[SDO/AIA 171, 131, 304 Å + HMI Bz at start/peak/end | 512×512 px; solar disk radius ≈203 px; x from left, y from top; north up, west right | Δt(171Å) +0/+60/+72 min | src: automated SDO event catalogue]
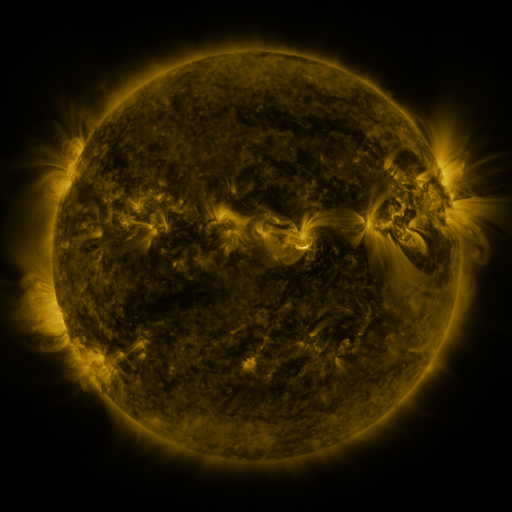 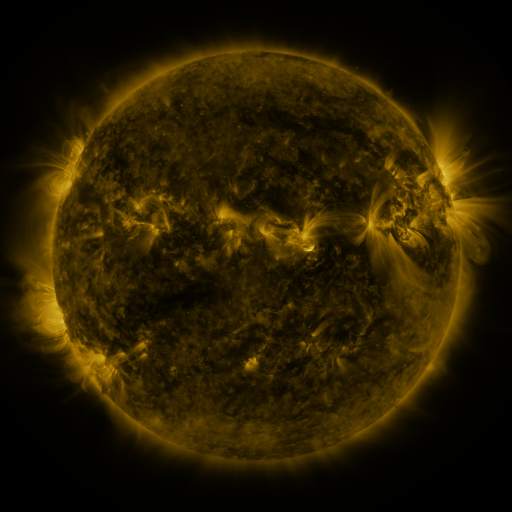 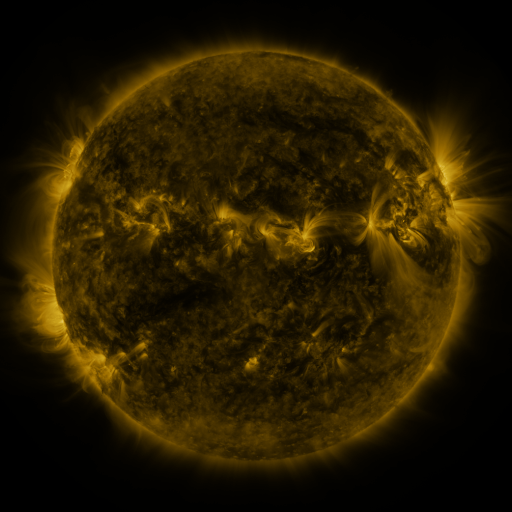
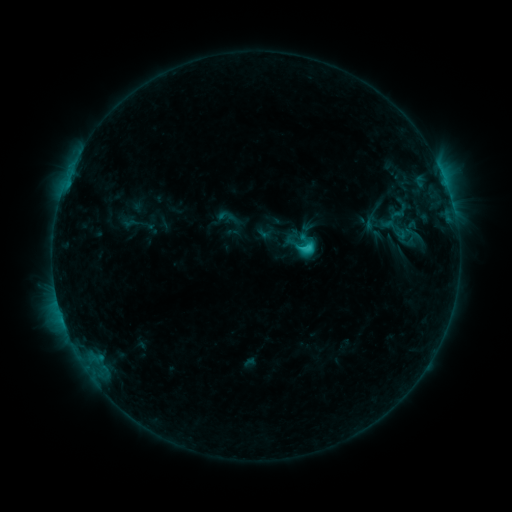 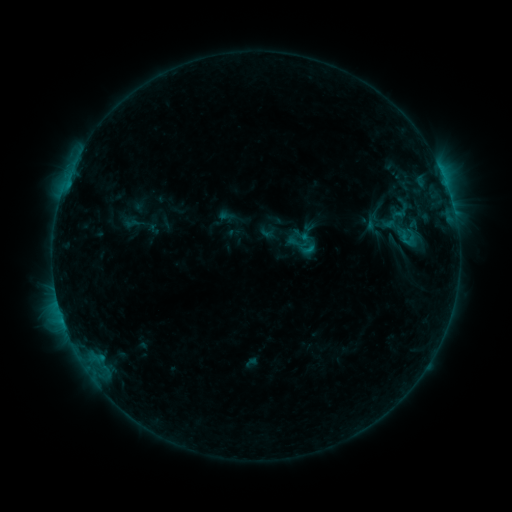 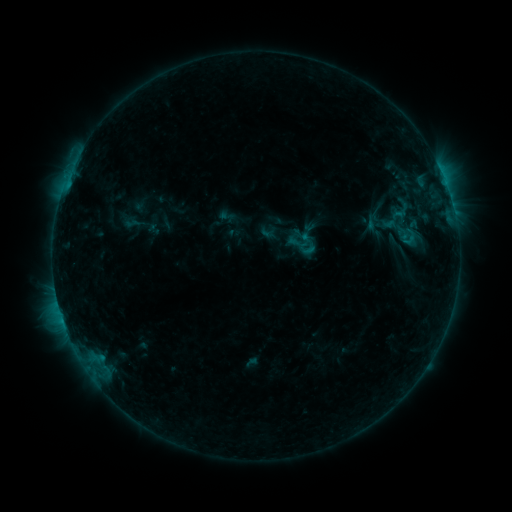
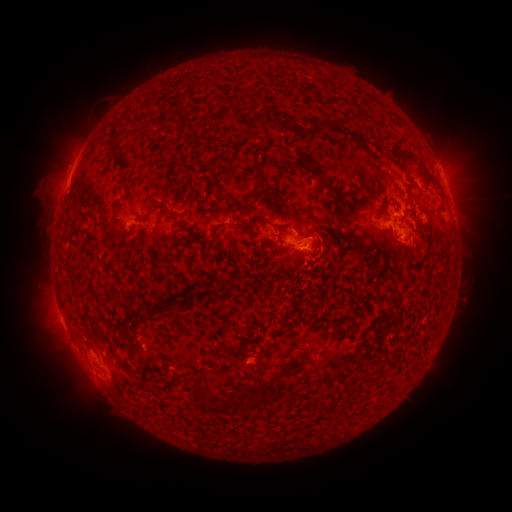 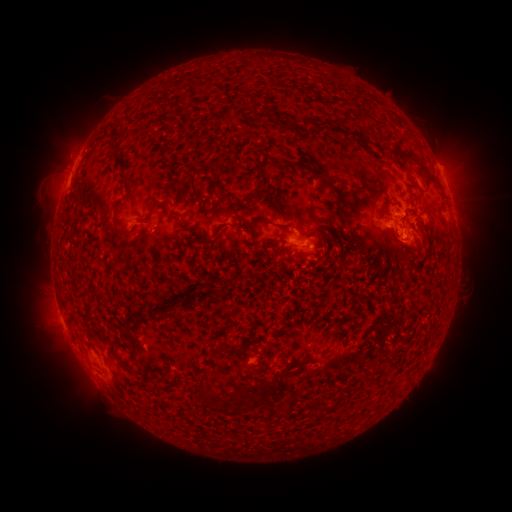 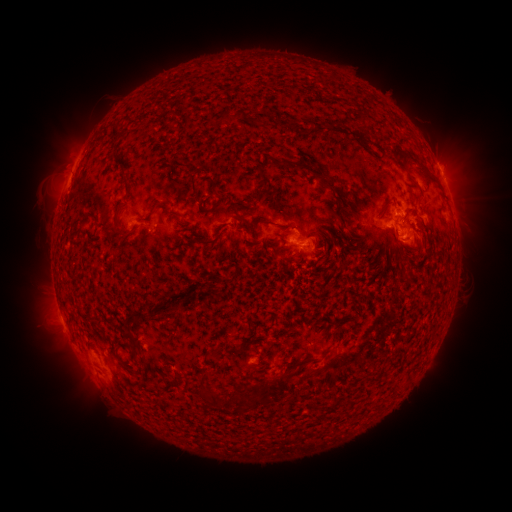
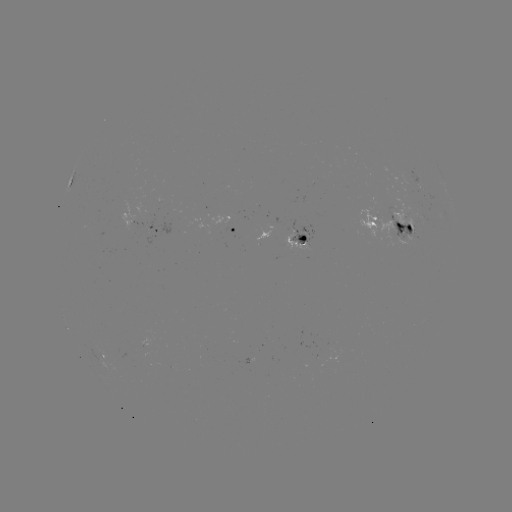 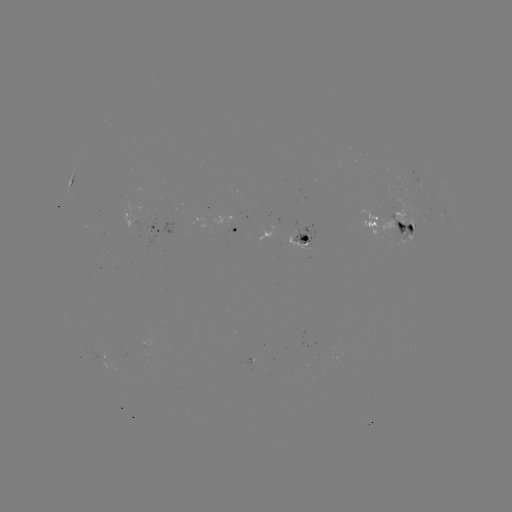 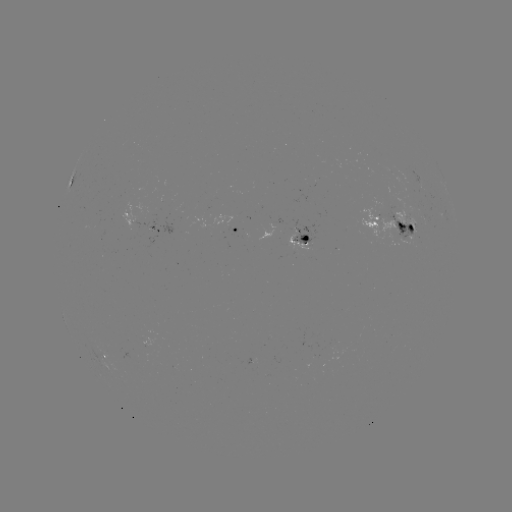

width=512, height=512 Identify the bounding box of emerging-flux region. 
[387, 196, 424, 234].